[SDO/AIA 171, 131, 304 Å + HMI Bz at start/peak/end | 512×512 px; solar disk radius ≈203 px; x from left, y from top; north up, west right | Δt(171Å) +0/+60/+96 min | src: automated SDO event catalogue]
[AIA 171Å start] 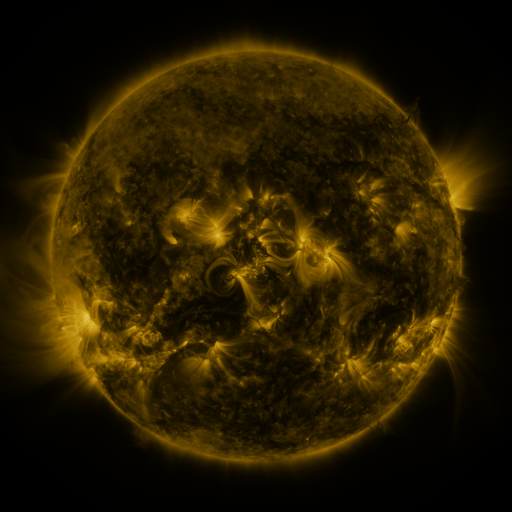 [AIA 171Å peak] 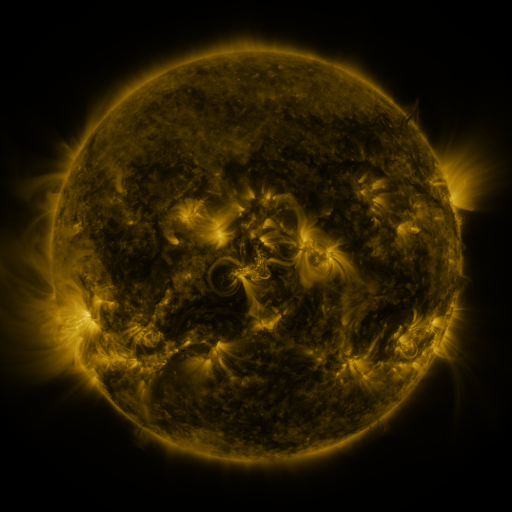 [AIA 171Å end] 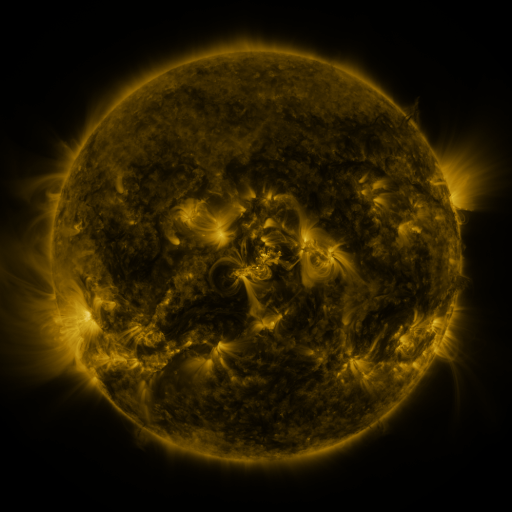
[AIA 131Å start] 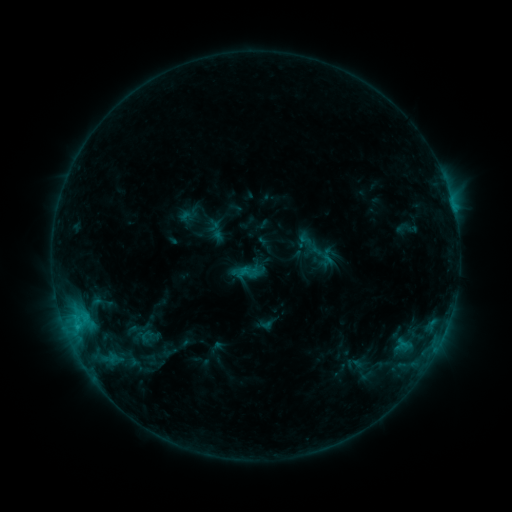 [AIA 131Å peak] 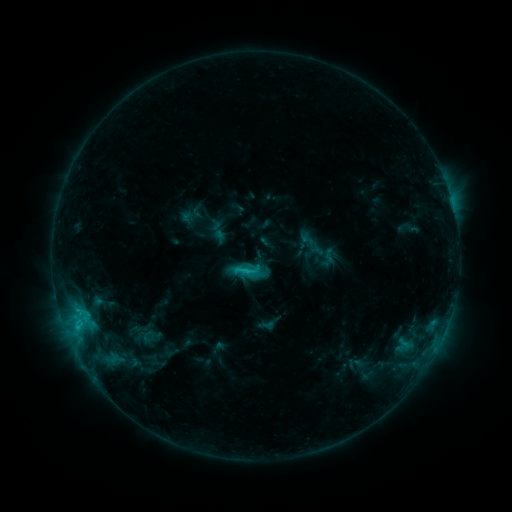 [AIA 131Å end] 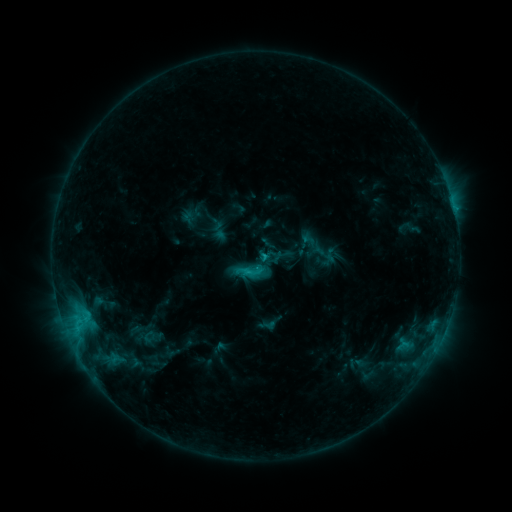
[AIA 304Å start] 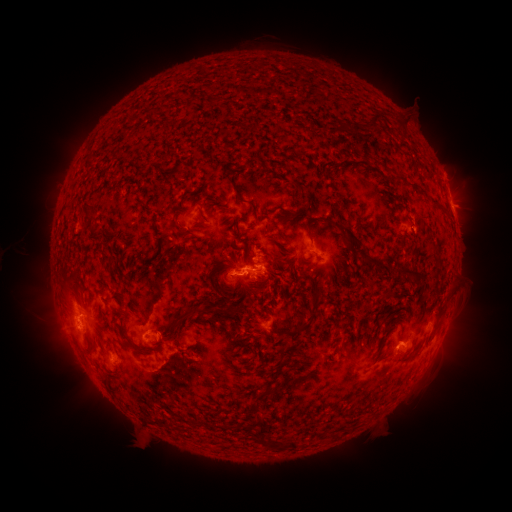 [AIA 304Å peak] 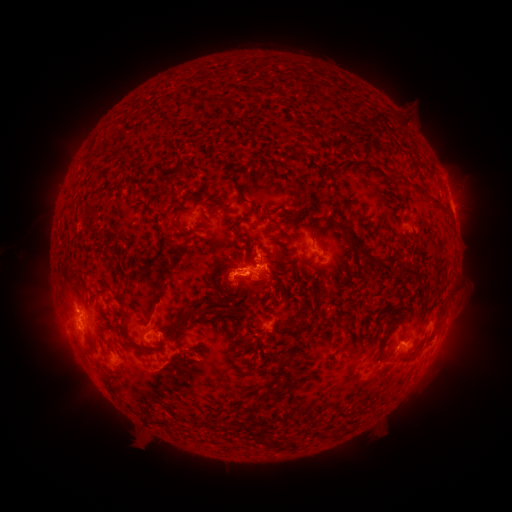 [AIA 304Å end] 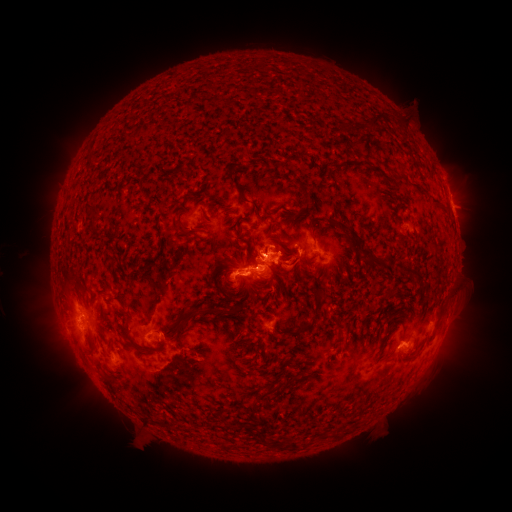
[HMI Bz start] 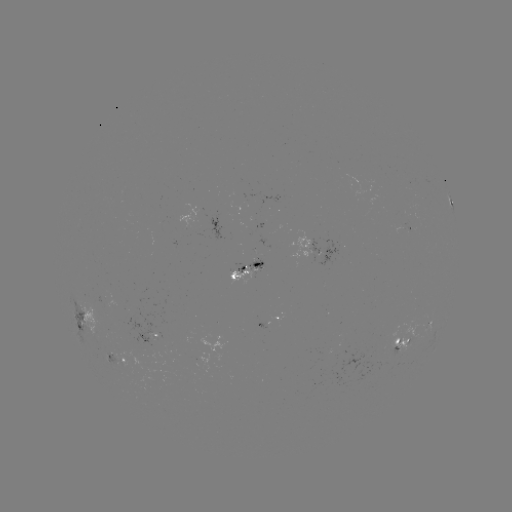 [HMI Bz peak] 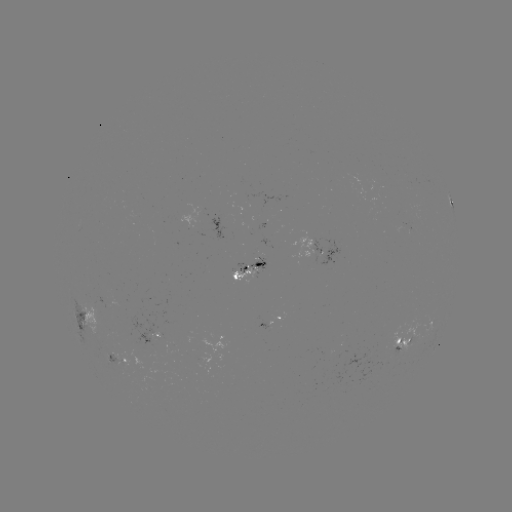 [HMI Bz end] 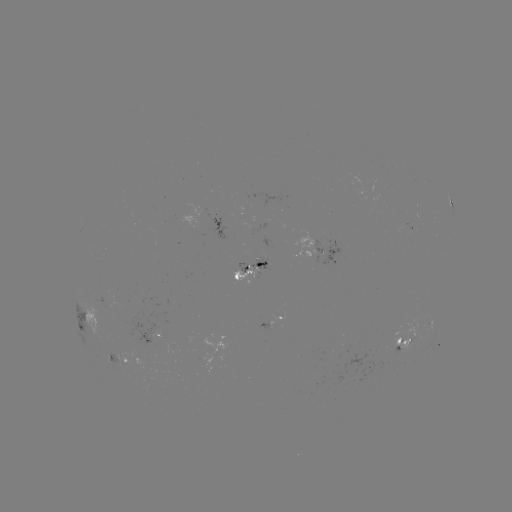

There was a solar emerging-flux region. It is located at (254, 225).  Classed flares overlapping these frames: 2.